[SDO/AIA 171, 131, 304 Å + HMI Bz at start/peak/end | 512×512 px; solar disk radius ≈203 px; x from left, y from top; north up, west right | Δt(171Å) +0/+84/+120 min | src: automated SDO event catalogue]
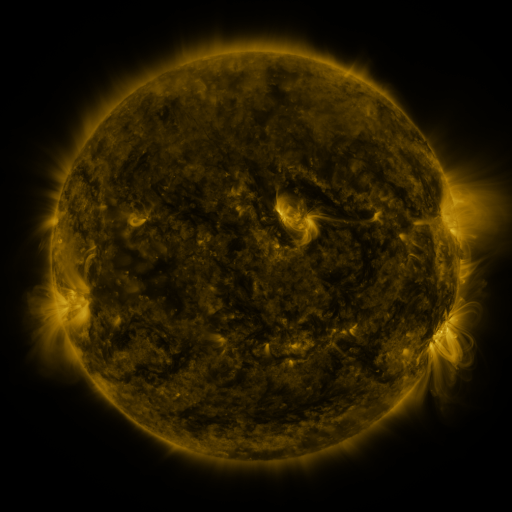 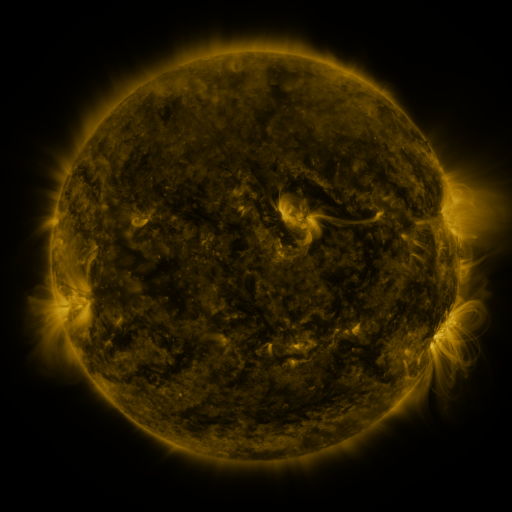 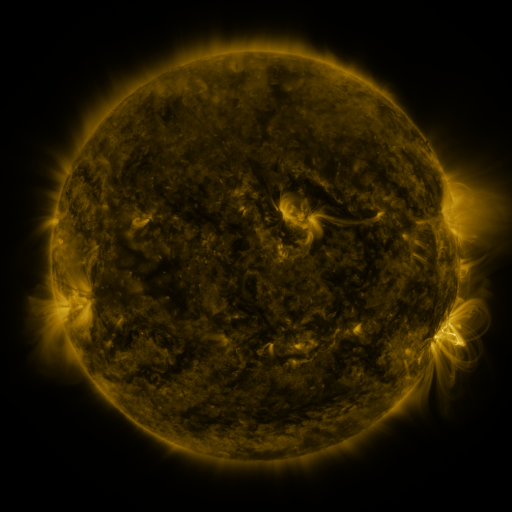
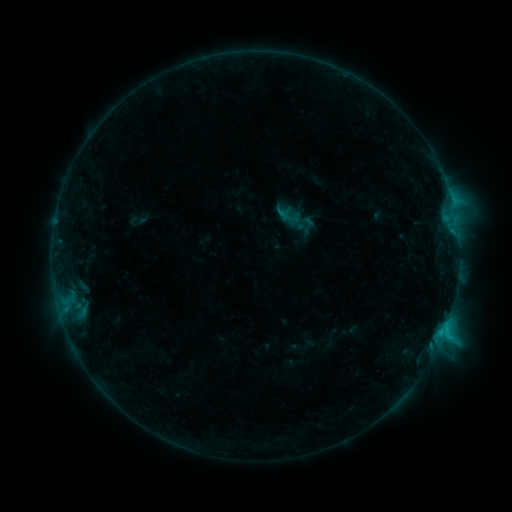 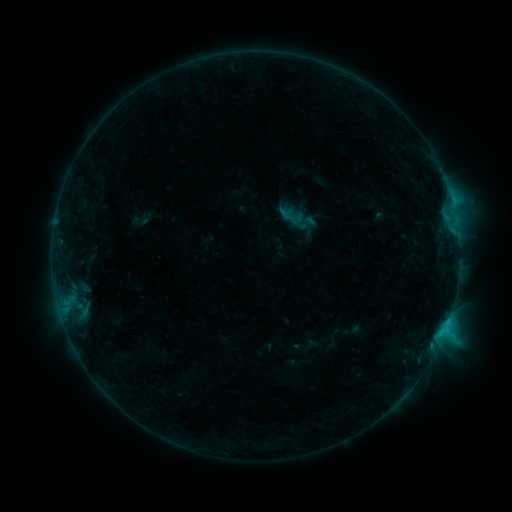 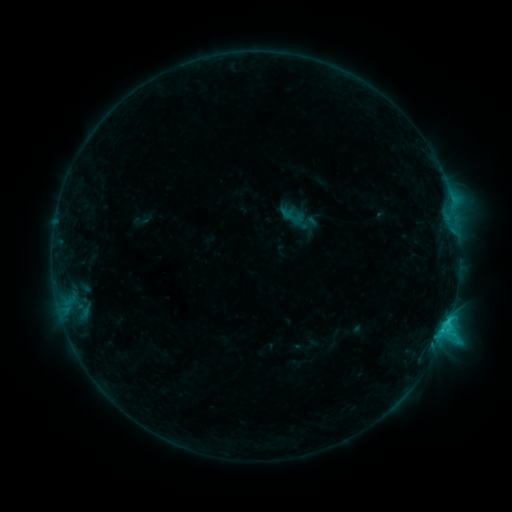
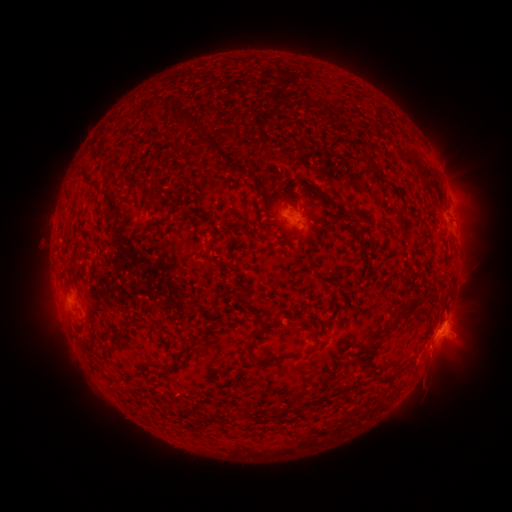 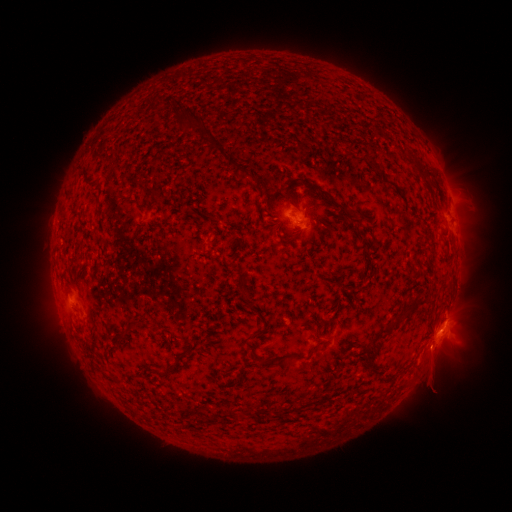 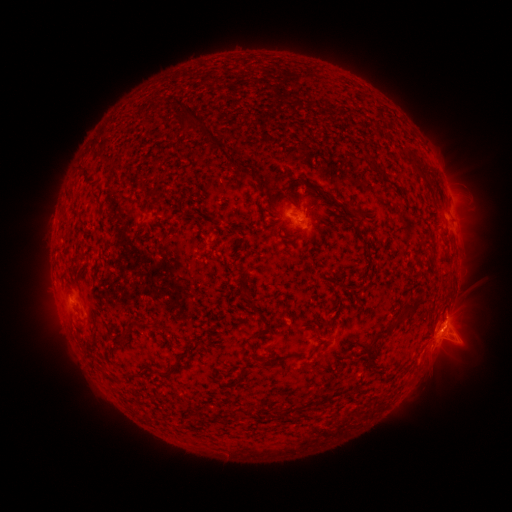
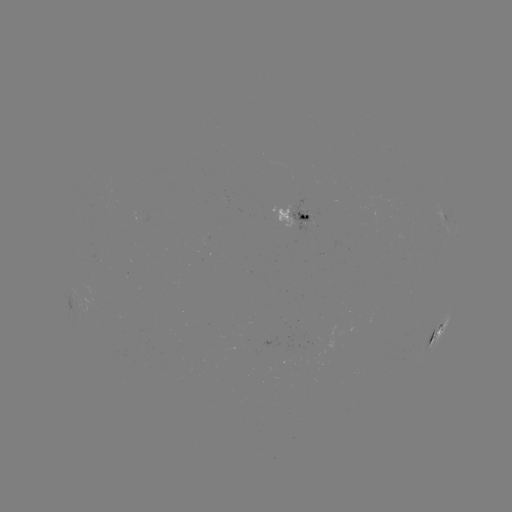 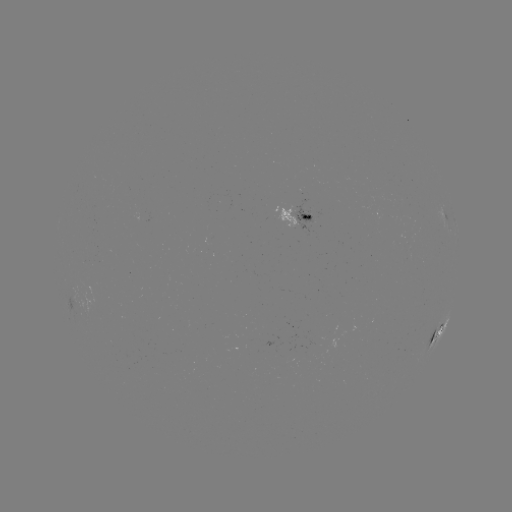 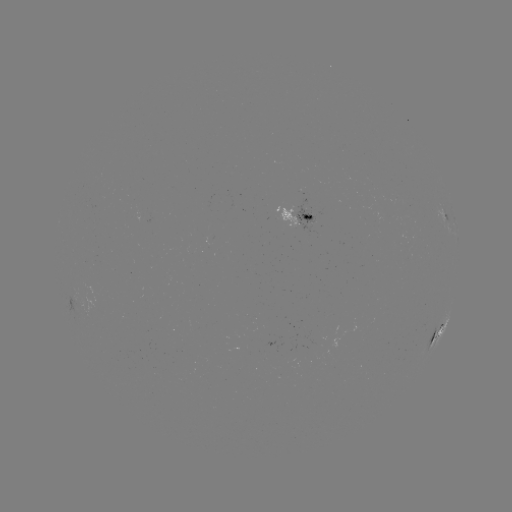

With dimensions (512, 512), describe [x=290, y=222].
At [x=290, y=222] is emerging-flux region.